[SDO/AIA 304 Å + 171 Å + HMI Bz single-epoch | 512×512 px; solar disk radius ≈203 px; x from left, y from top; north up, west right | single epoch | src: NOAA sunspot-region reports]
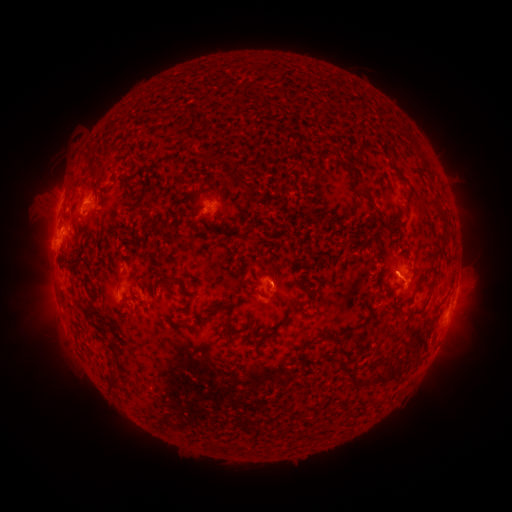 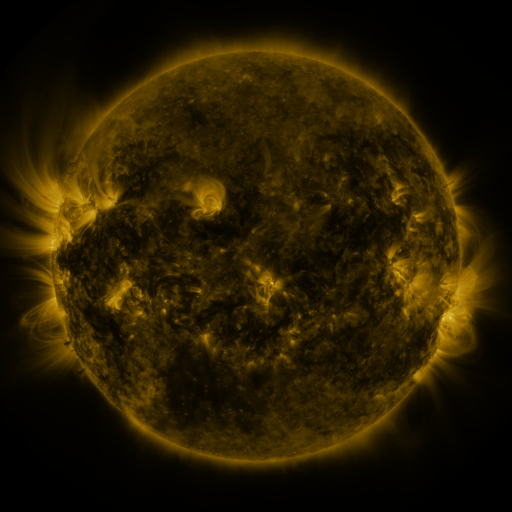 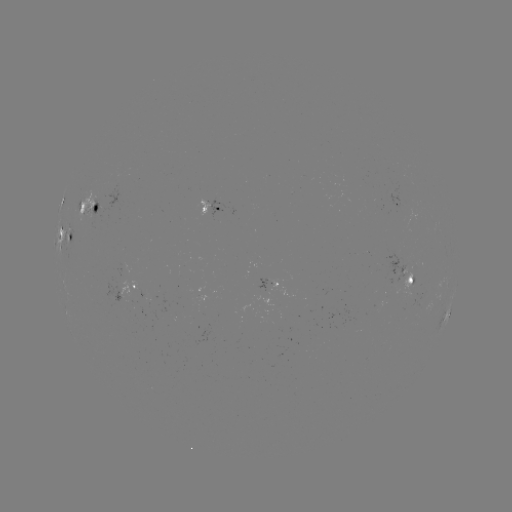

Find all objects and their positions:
spotted active region: (401, 205)
spotted active region: (214, 208)
spotted active region: (95, 213)
spotted active region: (65, 233)
spotted active region: (406, 272)
spotted active region: (276, 285)
spotted active region: (135, 288)
spotted active region: (456, 288)
spotted active region: (448, 313)
